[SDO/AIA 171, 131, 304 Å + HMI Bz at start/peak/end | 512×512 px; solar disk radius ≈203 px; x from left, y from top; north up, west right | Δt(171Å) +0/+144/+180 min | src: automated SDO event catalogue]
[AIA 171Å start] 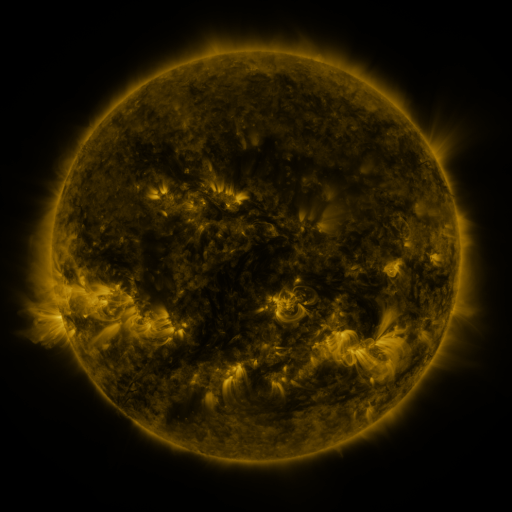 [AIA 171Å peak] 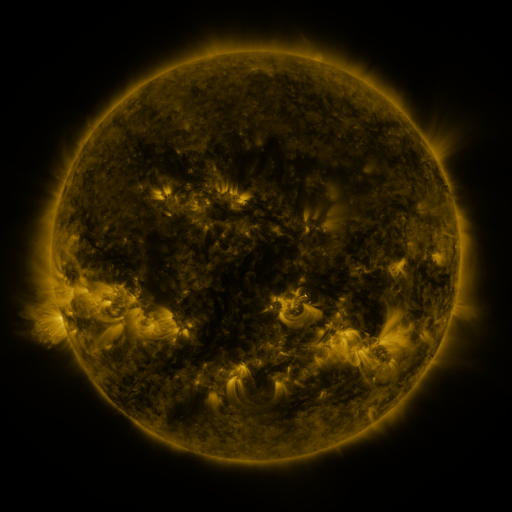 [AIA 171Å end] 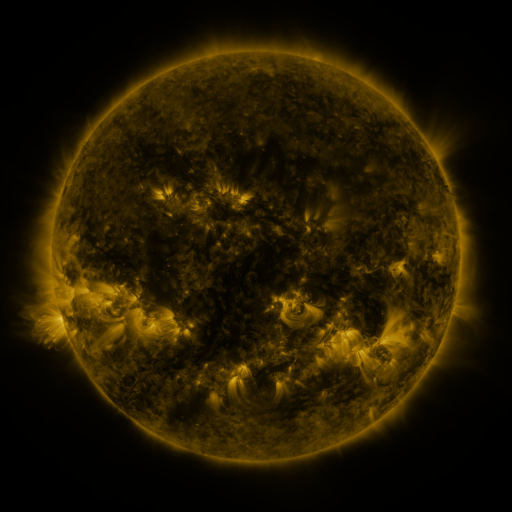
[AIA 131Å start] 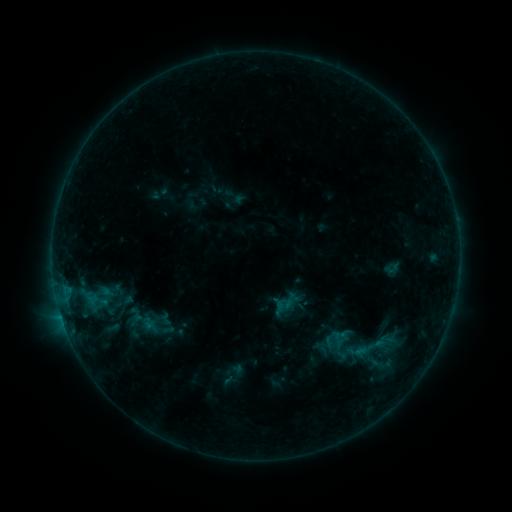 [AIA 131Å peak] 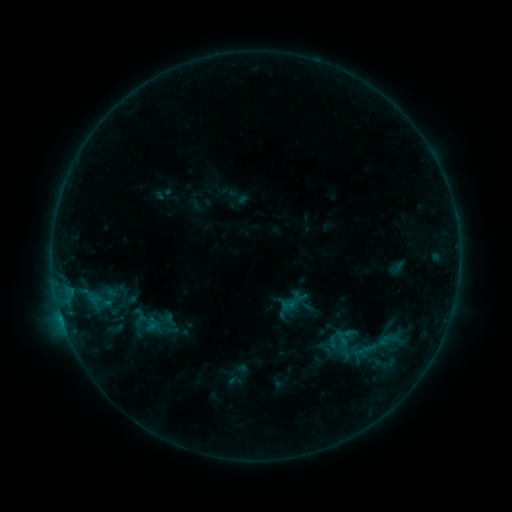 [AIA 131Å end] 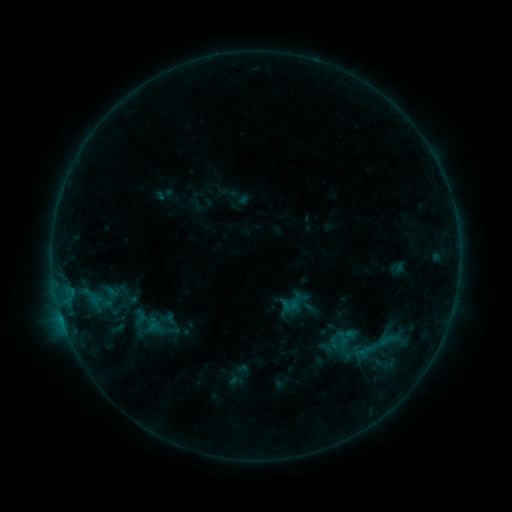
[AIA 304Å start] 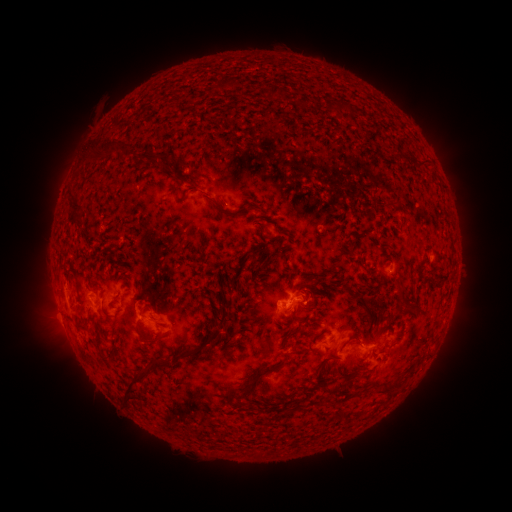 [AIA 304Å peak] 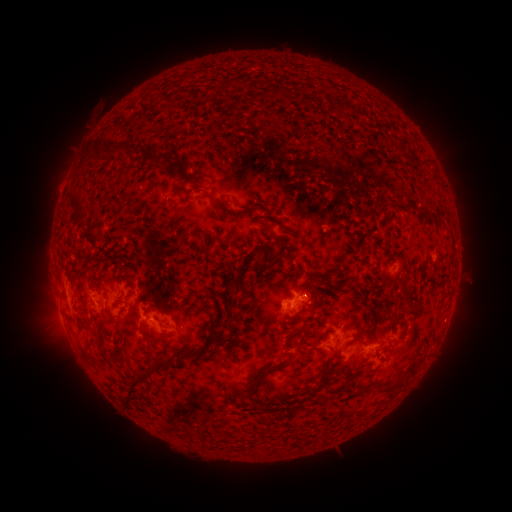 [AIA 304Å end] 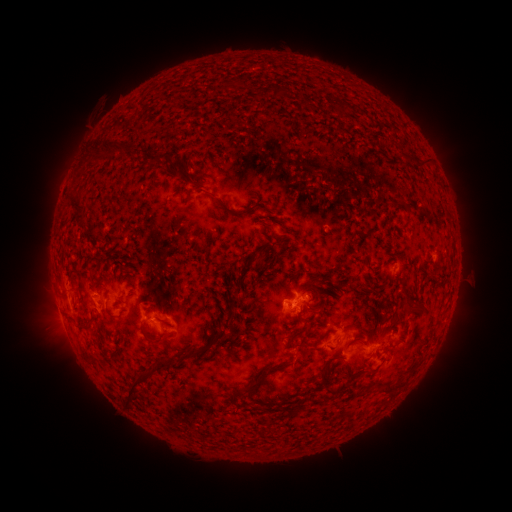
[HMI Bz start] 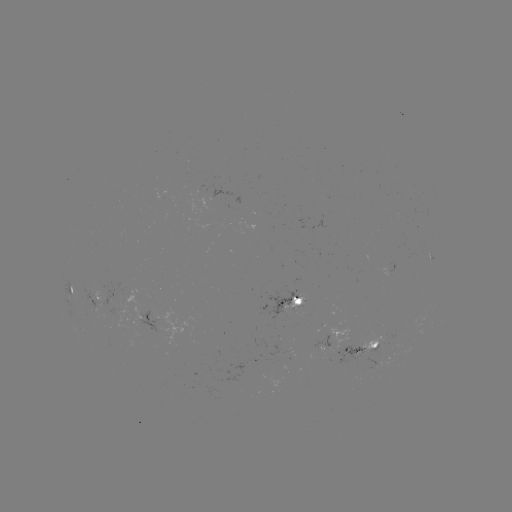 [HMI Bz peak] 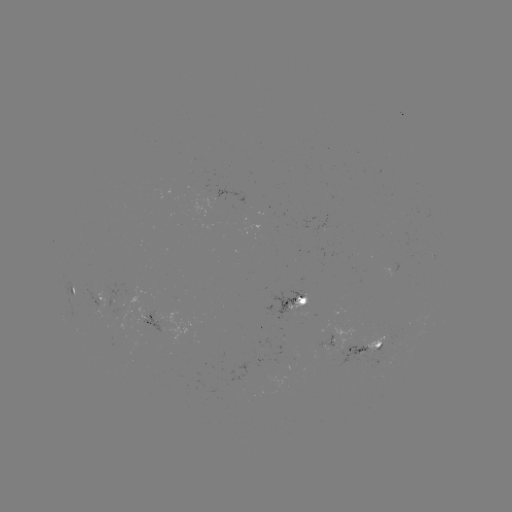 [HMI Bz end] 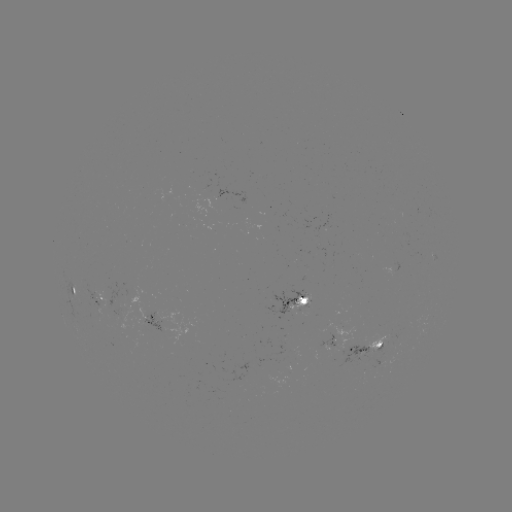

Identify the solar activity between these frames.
emerging-flux region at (335, 337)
